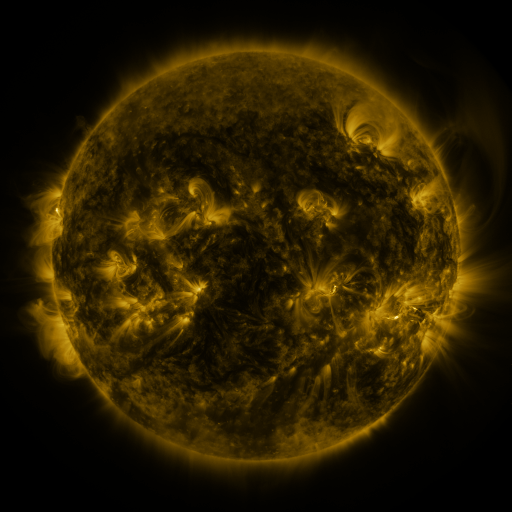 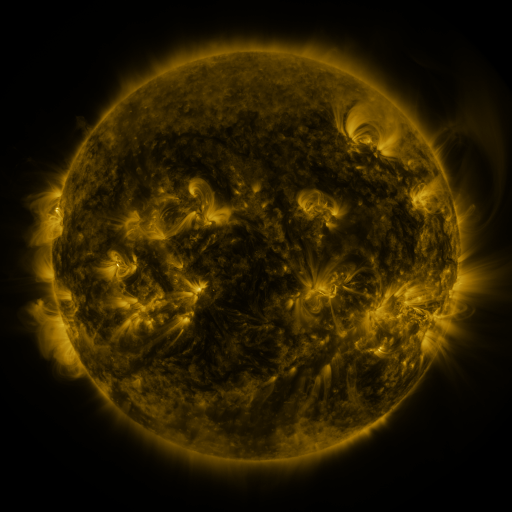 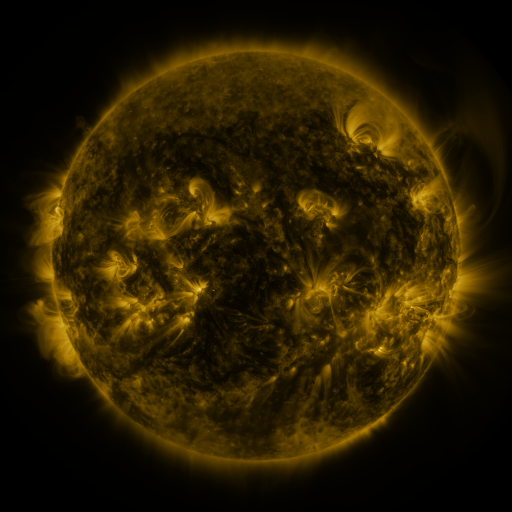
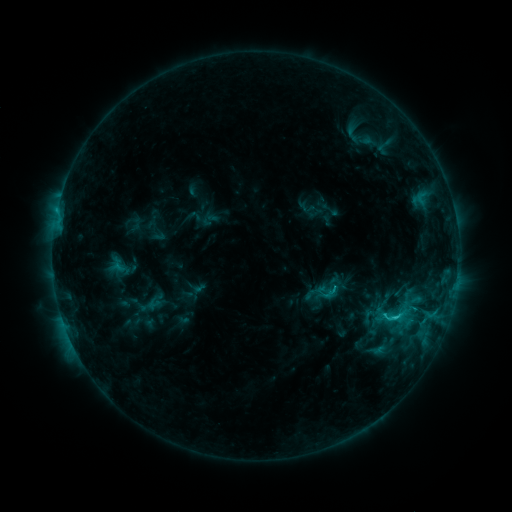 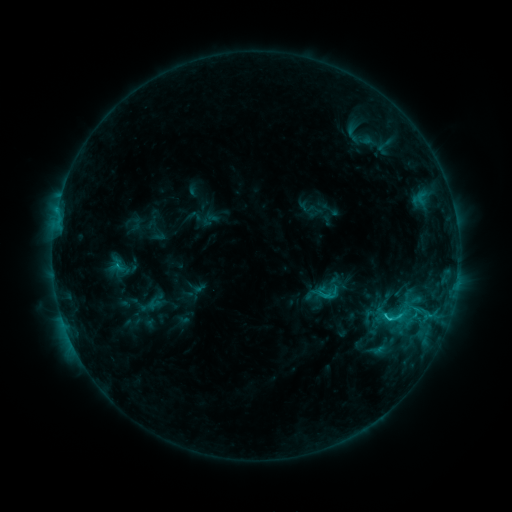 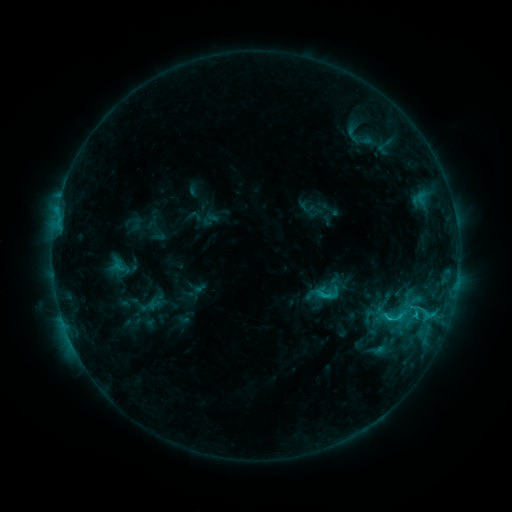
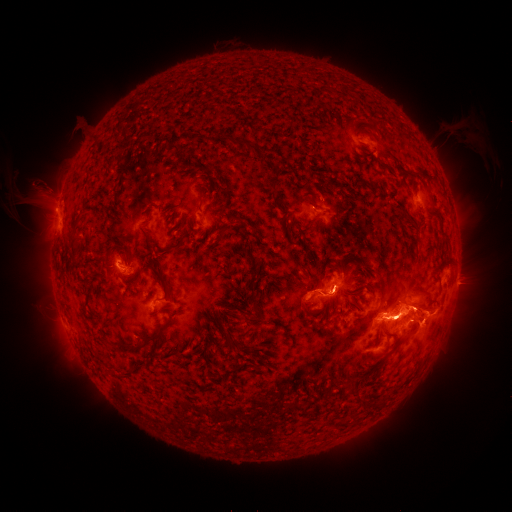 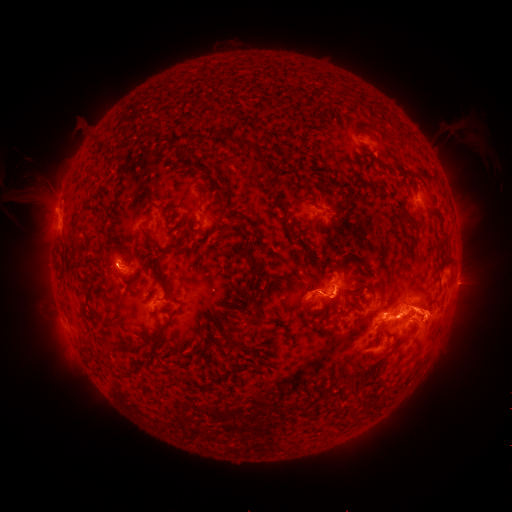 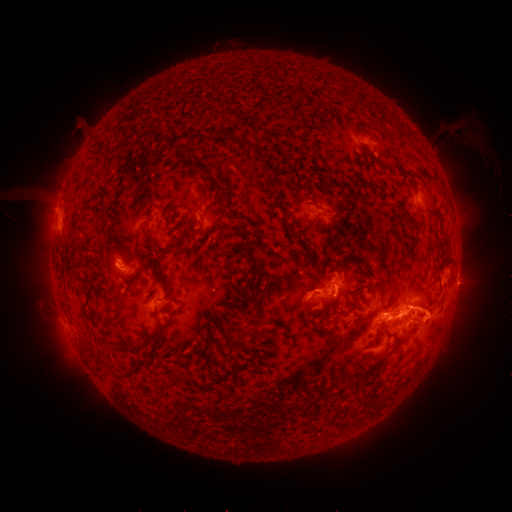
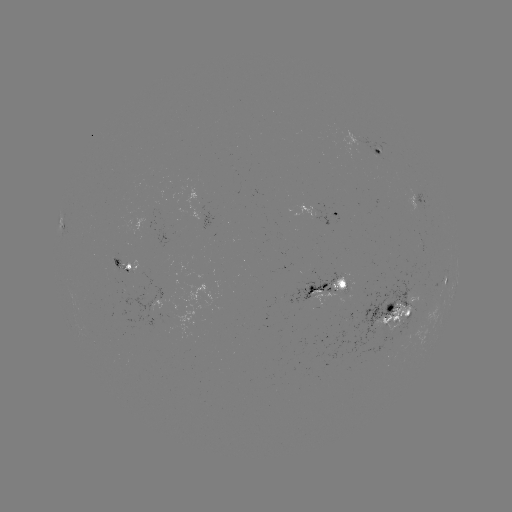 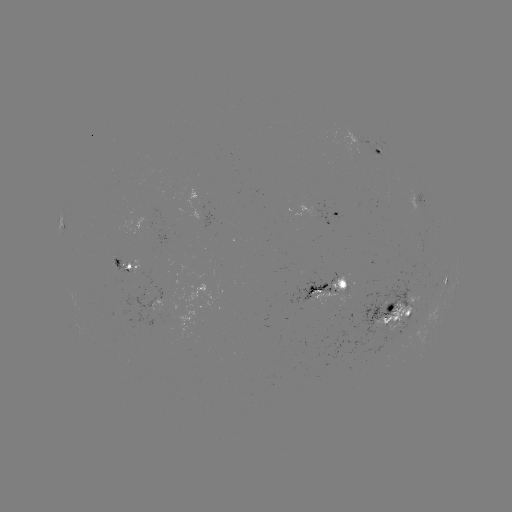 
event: eruption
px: (343, 298)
